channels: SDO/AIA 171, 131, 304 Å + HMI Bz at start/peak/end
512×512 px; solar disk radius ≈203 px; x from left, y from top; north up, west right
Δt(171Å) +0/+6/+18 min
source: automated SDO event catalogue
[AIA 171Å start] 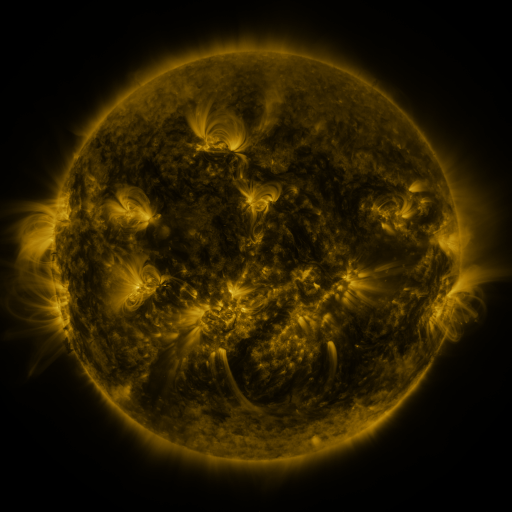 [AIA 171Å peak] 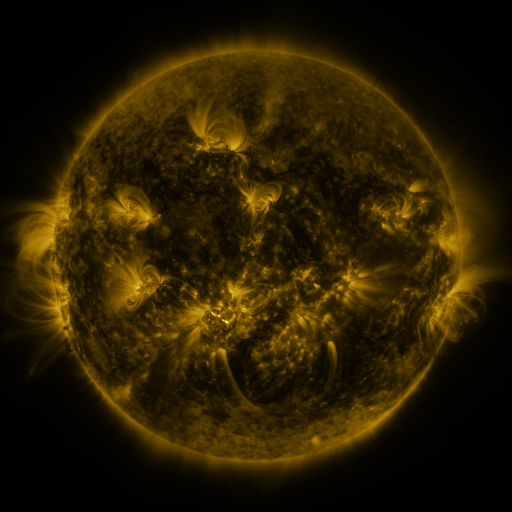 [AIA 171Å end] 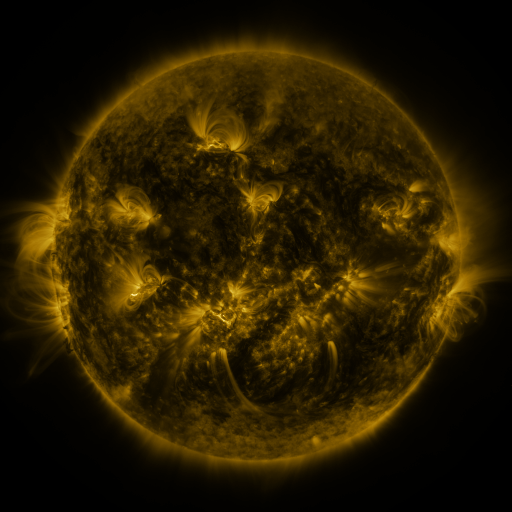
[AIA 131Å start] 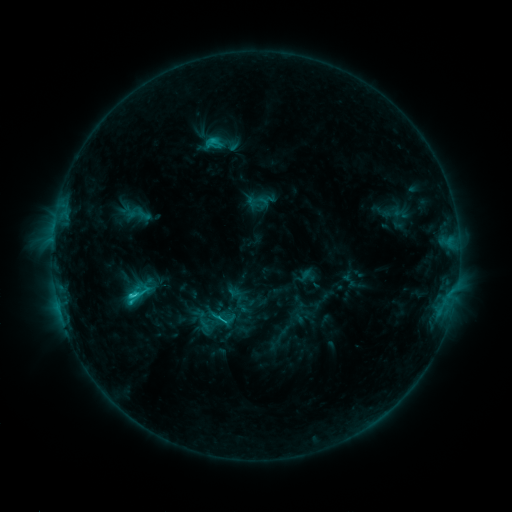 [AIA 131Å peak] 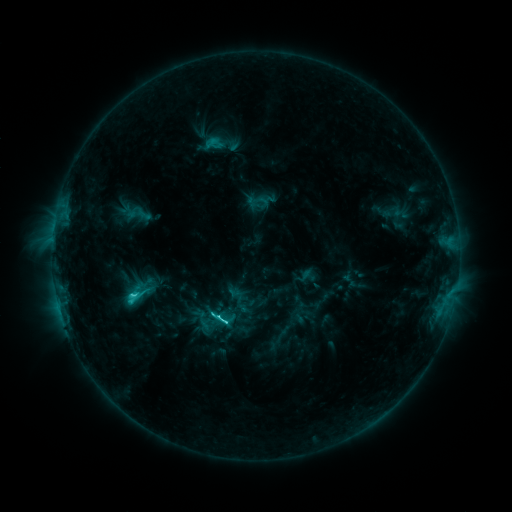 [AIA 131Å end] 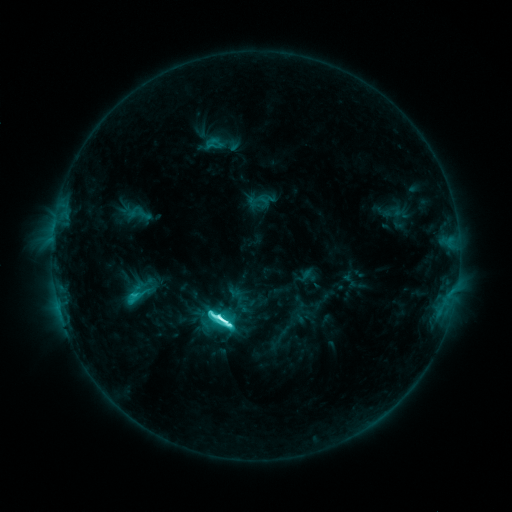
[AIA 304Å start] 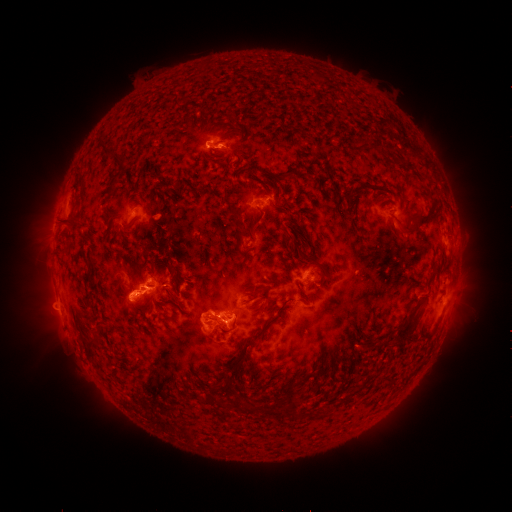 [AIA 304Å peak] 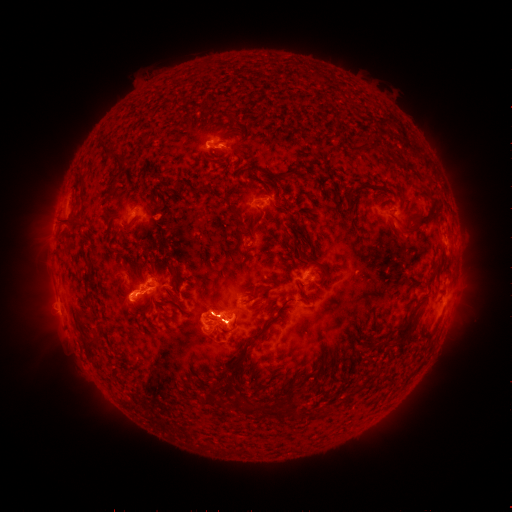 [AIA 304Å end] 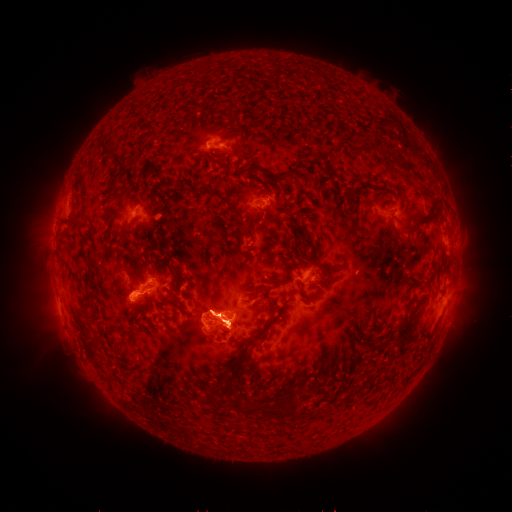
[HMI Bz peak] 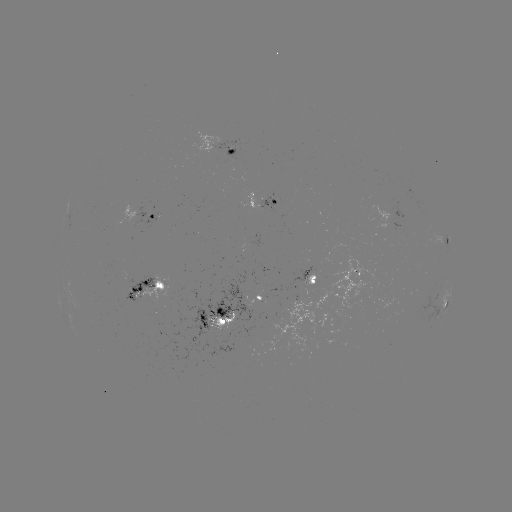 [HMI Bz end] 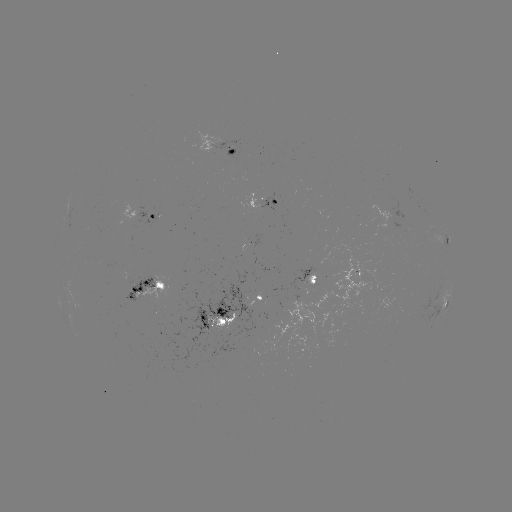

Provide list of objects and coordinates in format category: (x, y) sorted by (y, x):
M1.5 flare: (135, 291)
